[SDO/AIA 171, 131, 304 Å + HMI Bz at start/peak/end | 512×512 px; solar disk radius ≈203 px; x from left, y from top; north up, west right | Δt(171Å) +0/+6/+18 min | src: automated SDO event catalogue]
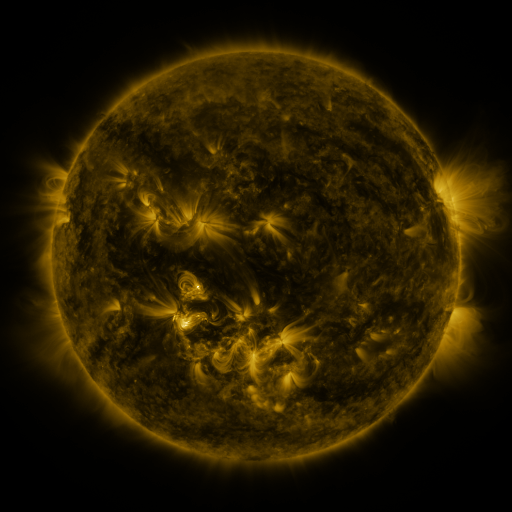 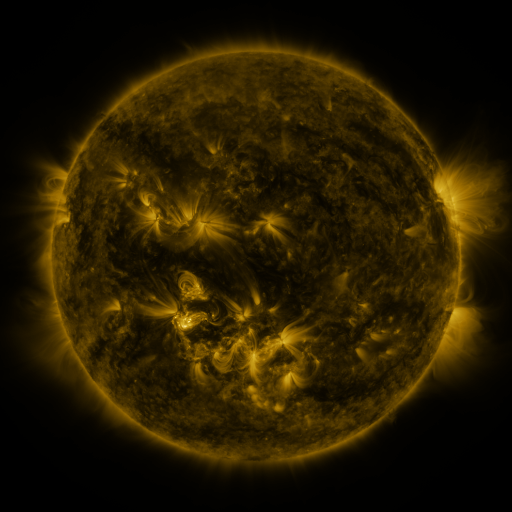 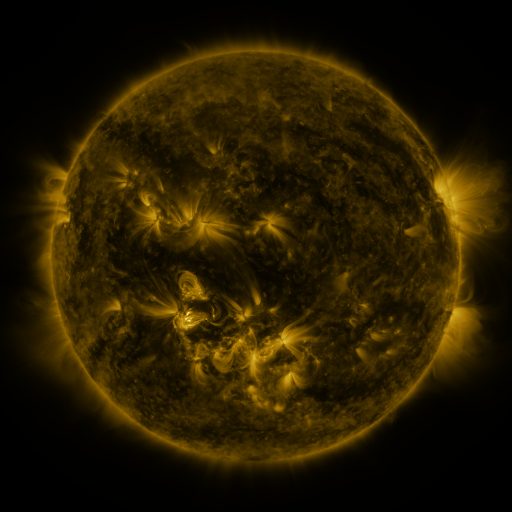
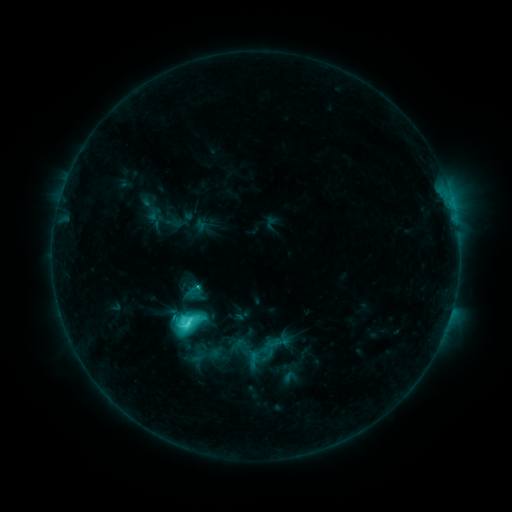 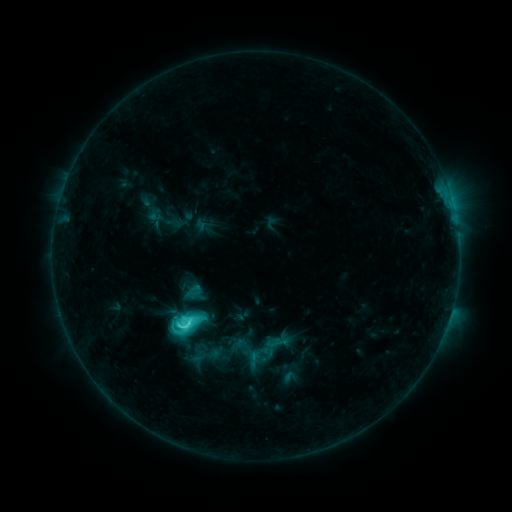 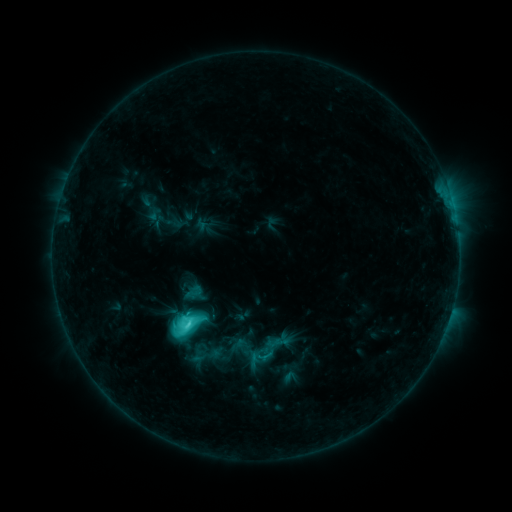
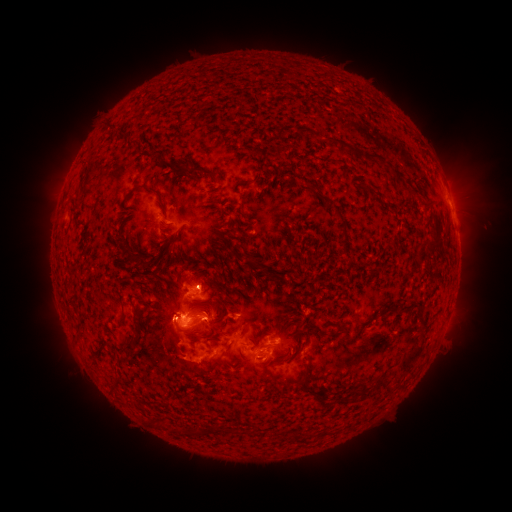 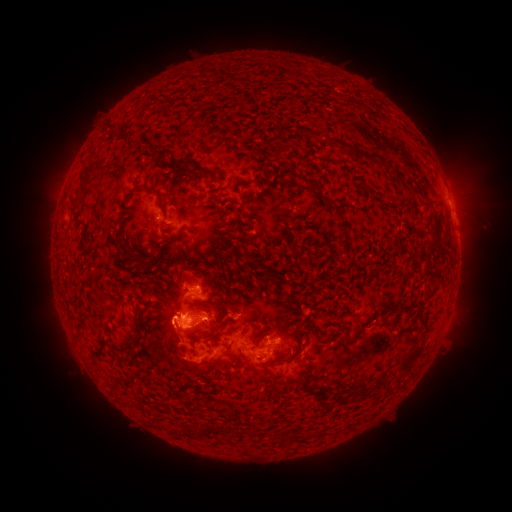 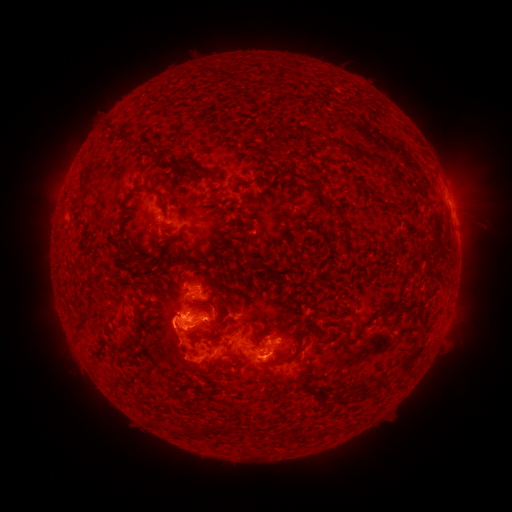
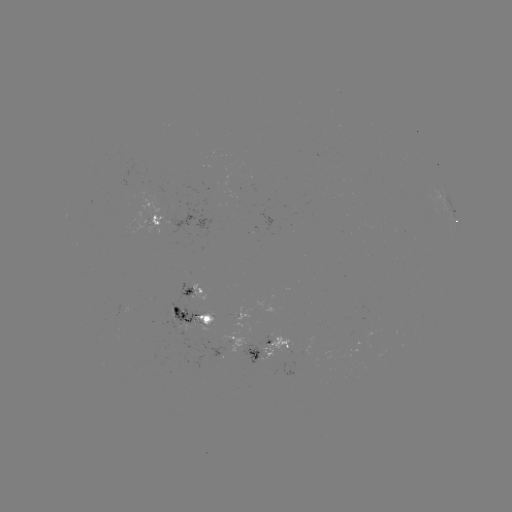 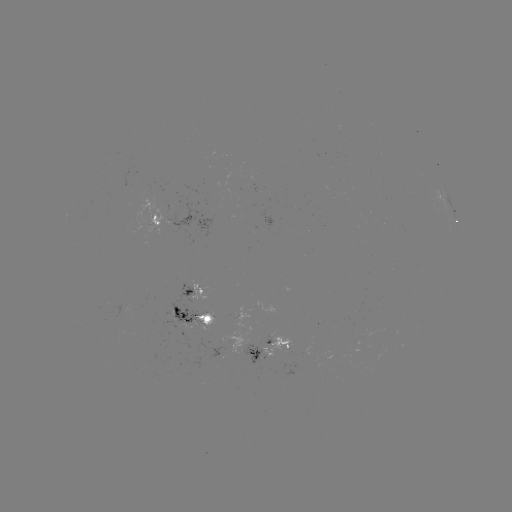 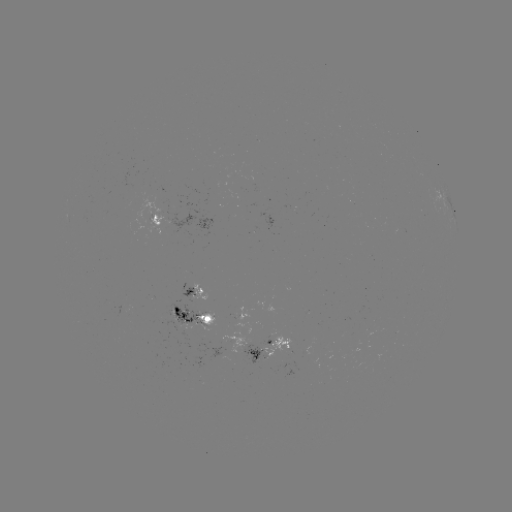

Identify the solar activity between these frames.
C7.0 flare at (180, 325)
